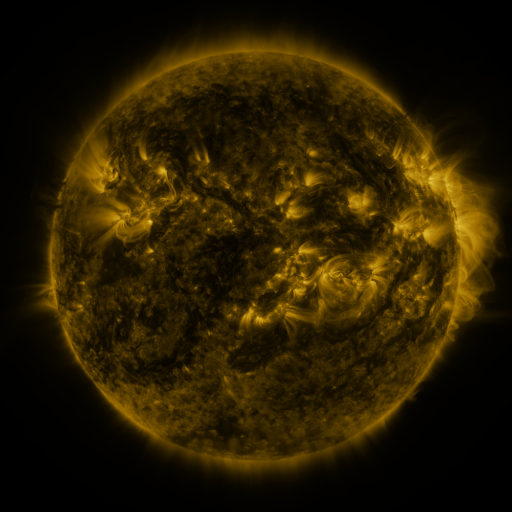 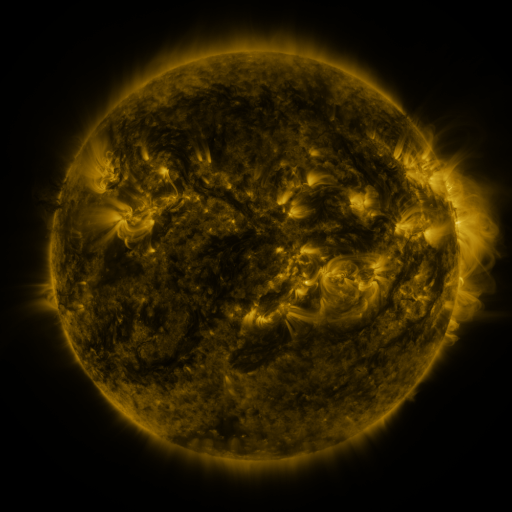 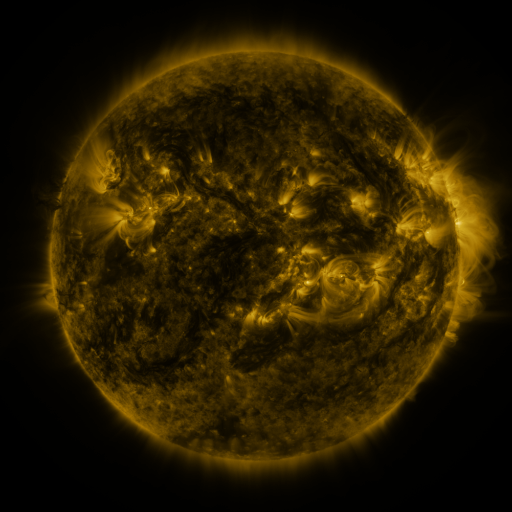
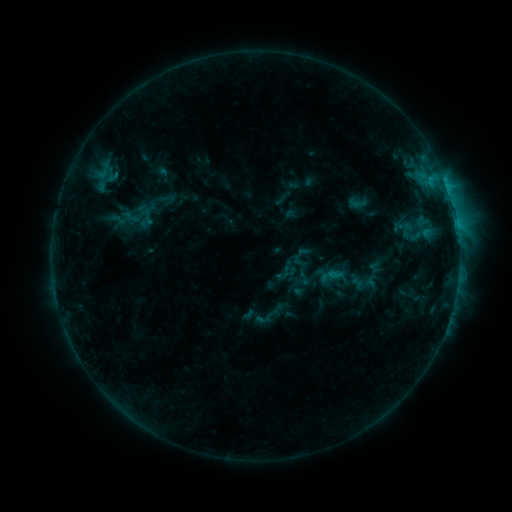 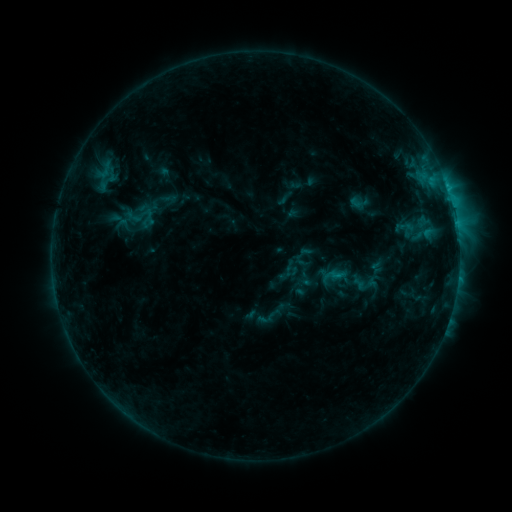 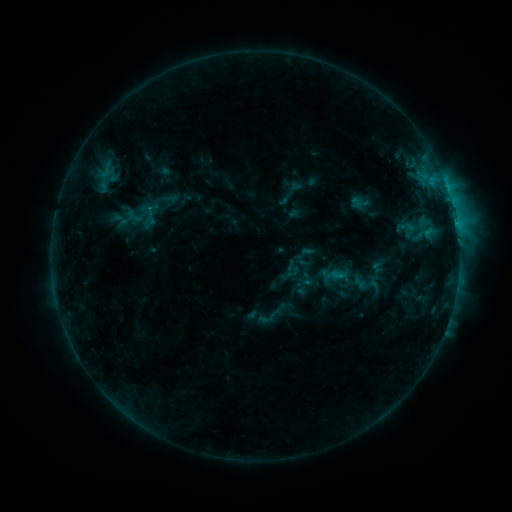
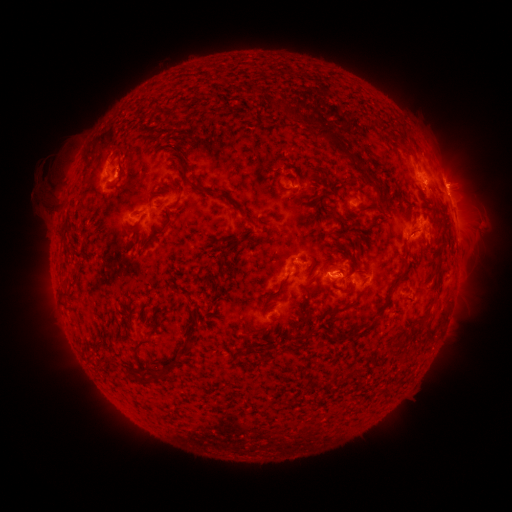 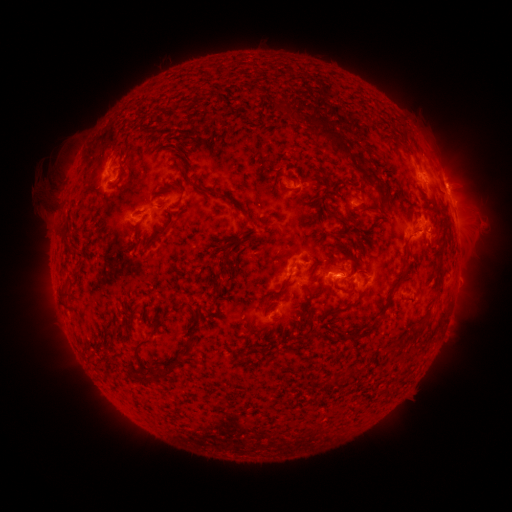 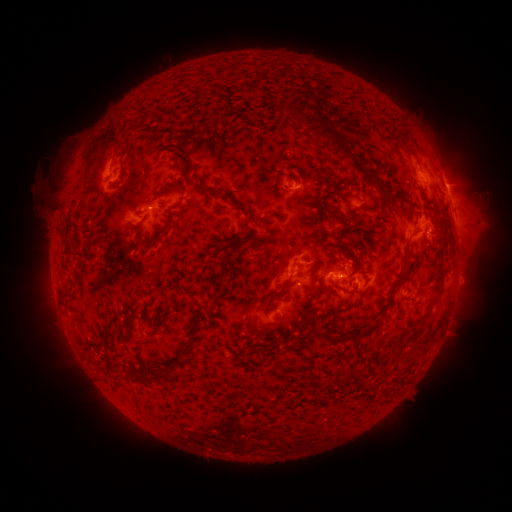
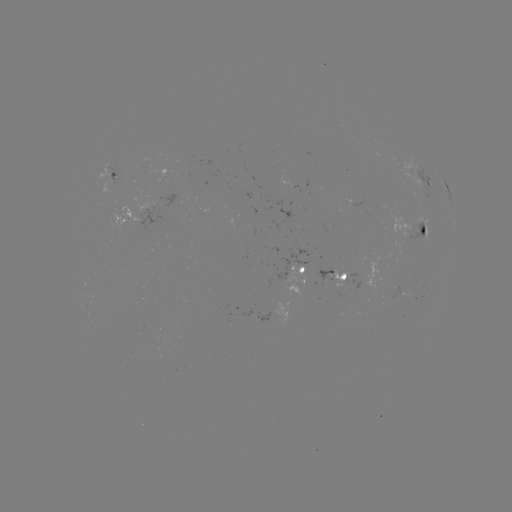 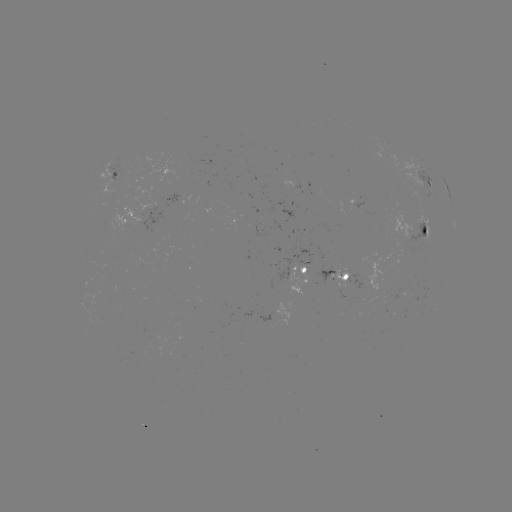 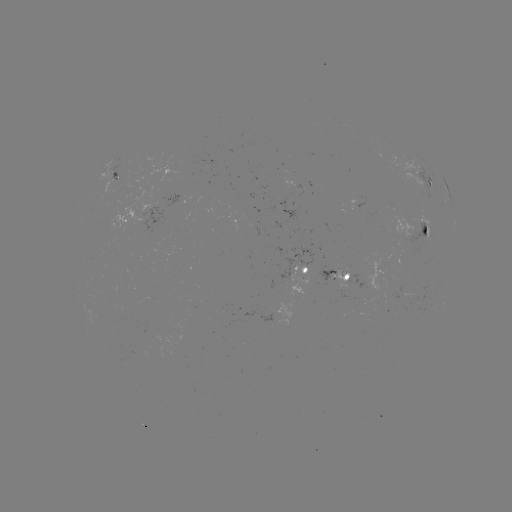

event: emerging-flux region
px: (407, 228)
